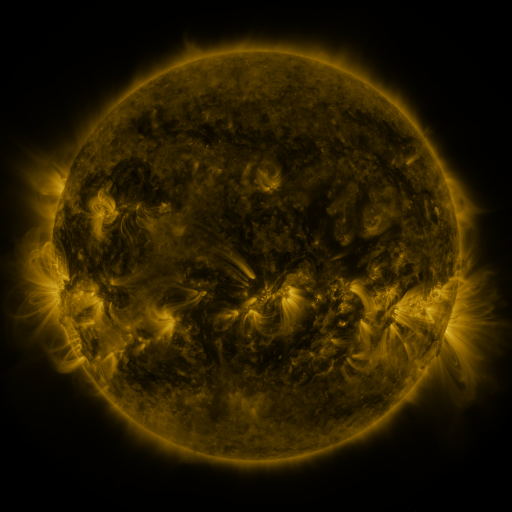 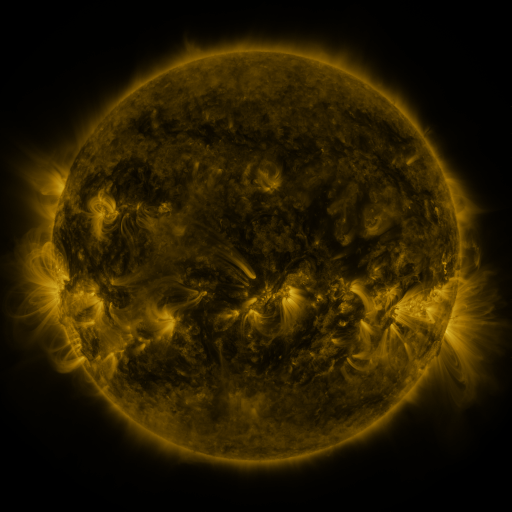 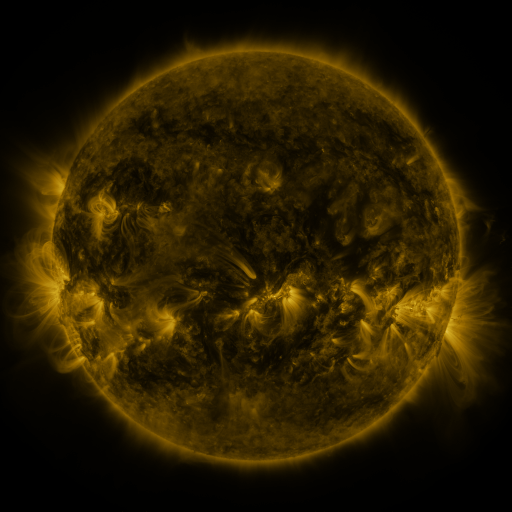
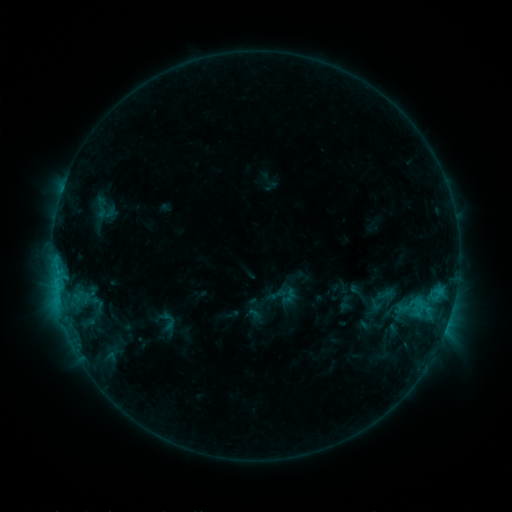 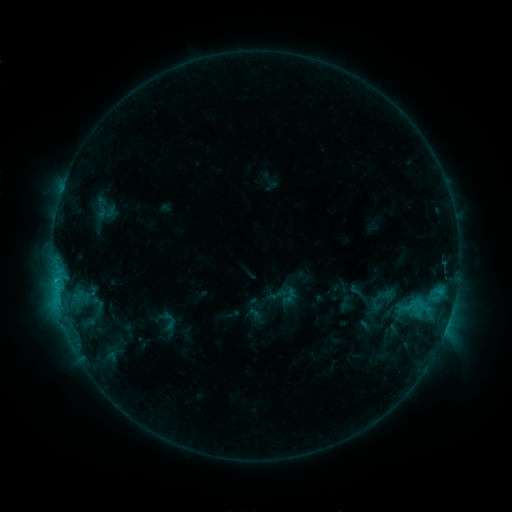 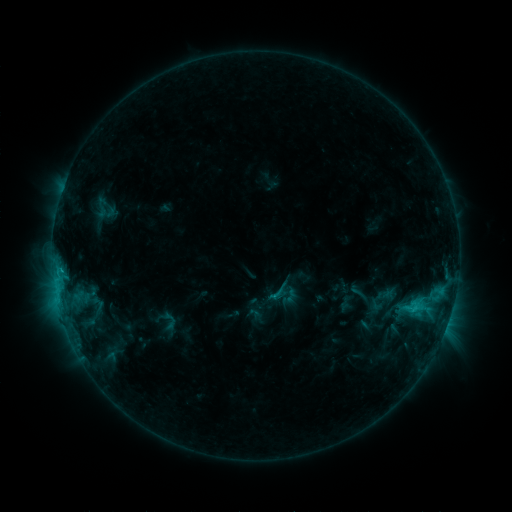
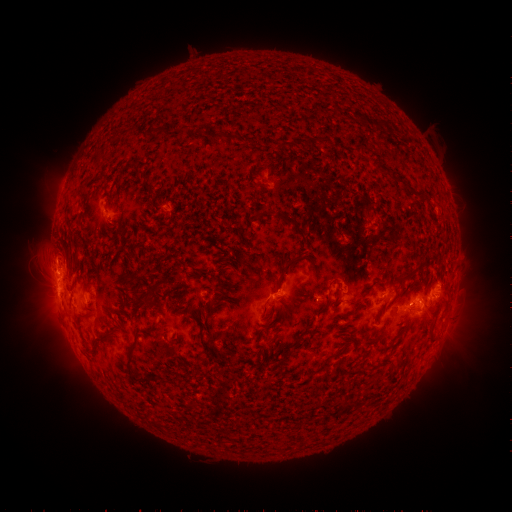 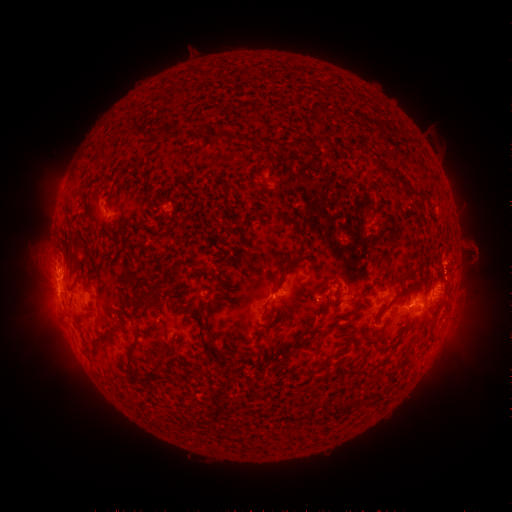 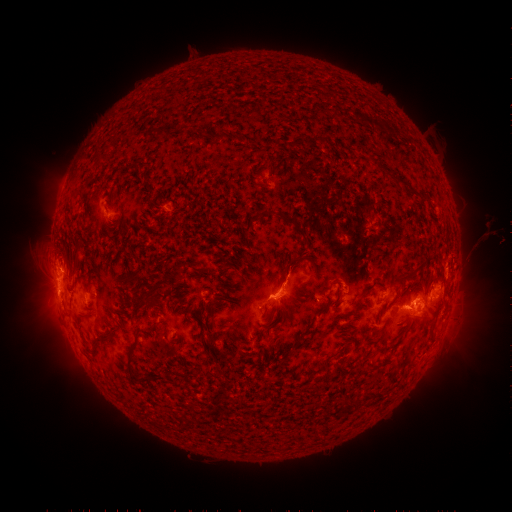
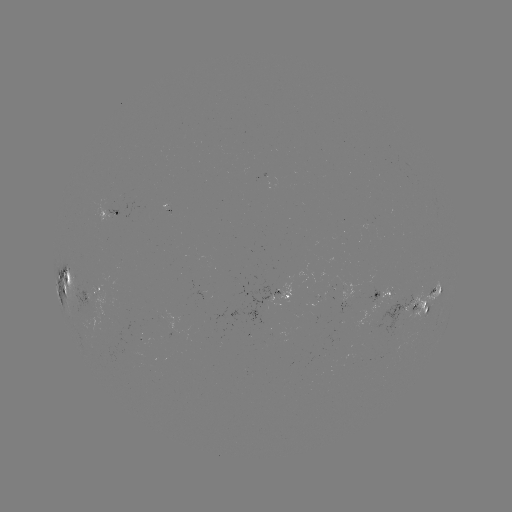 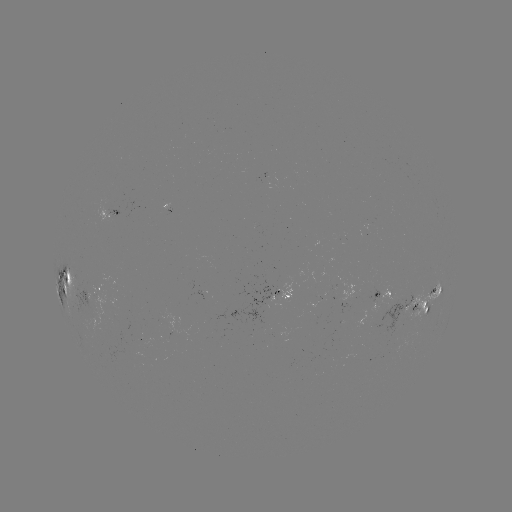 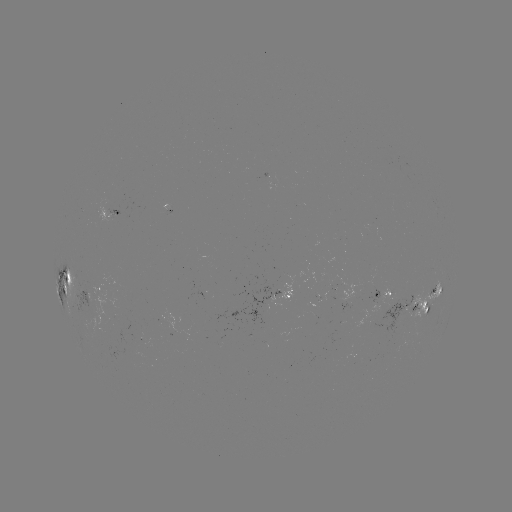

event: eruption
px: (469, 255)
